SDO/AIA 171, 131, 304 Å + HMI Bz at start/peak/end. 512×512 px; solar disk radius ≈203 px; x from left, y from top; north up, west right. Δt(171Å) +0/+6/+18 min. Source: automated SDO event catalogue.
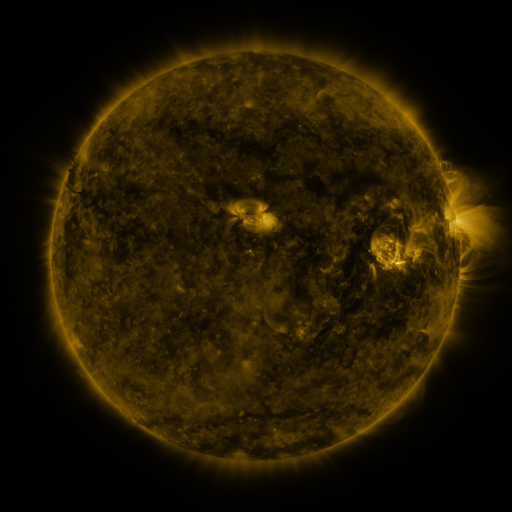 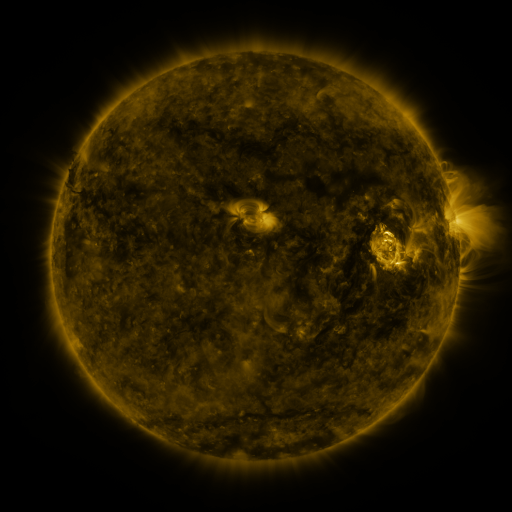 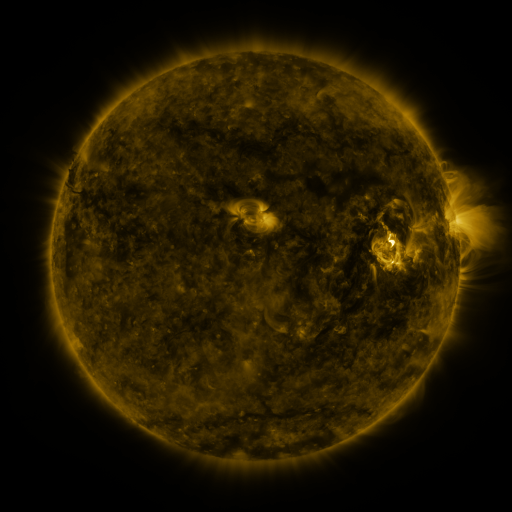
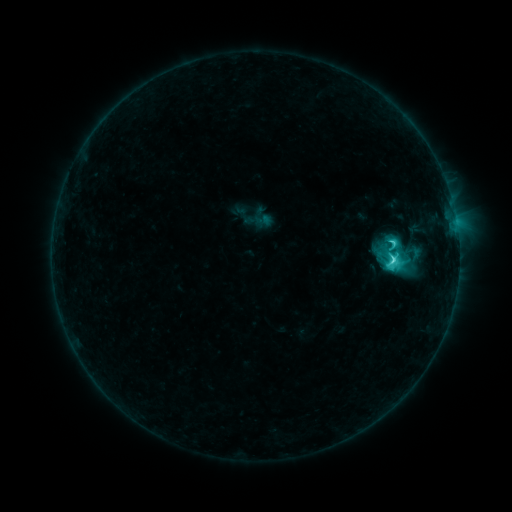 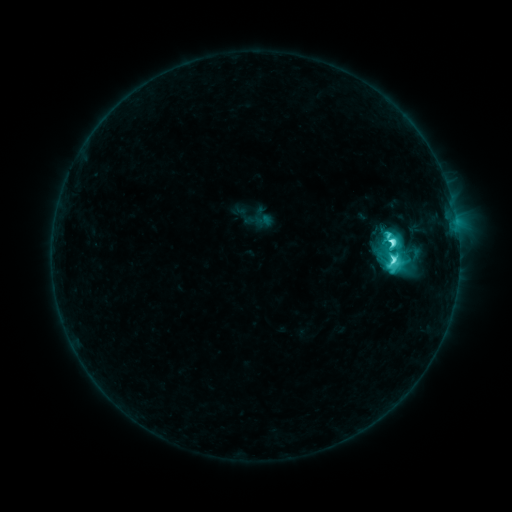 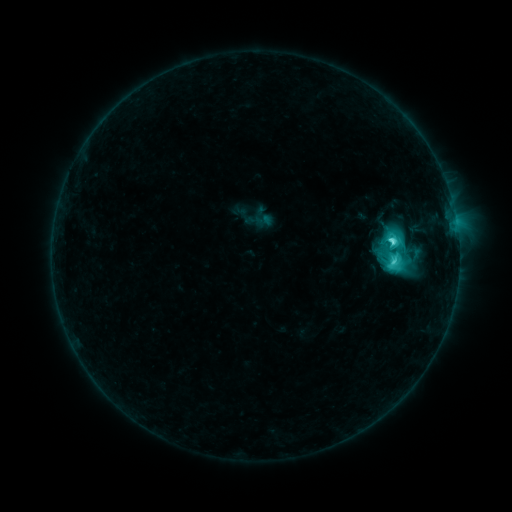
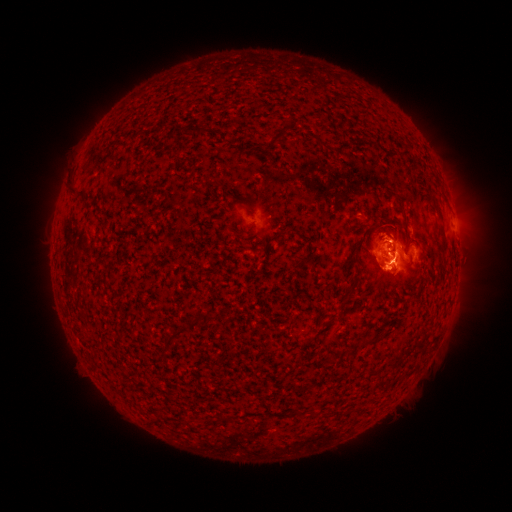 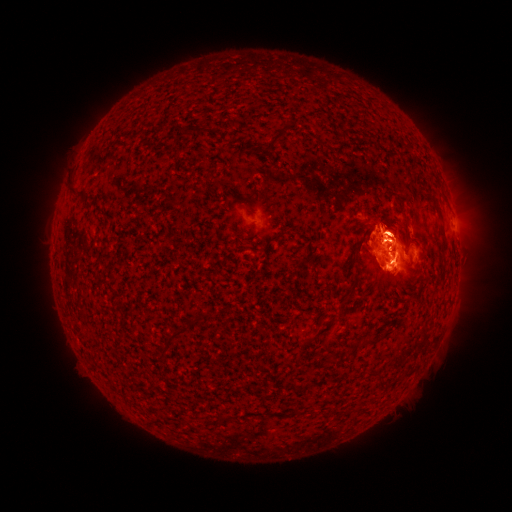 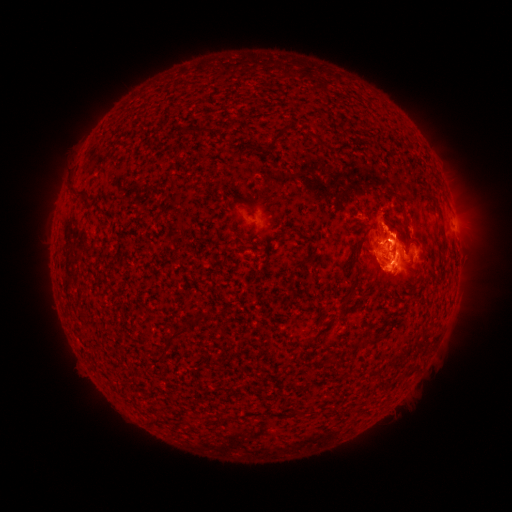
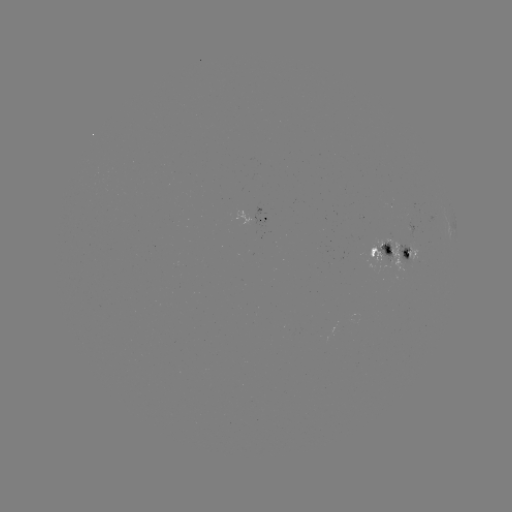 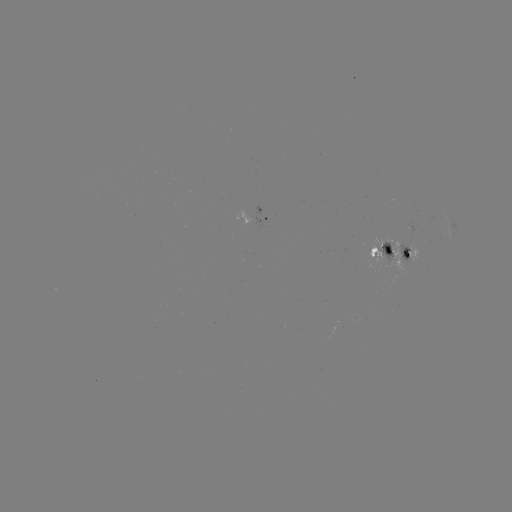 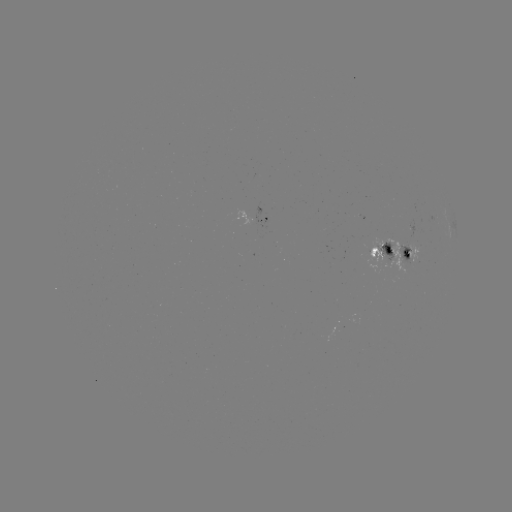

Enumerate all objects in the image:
eruption: (380, 216)
